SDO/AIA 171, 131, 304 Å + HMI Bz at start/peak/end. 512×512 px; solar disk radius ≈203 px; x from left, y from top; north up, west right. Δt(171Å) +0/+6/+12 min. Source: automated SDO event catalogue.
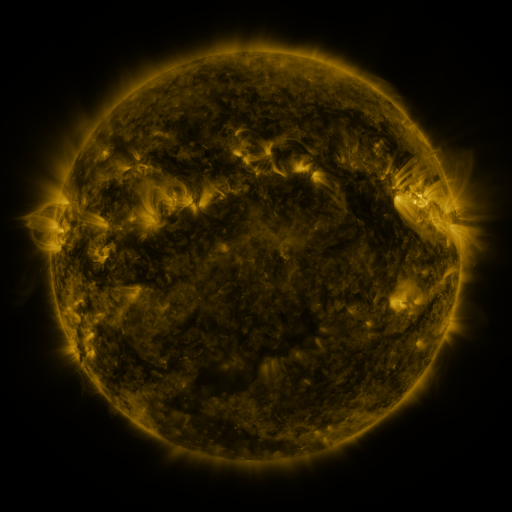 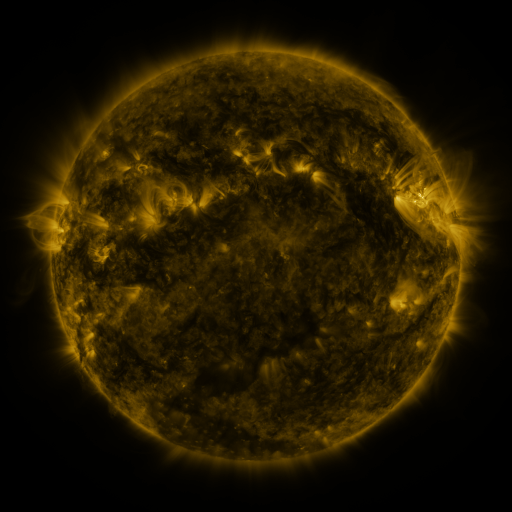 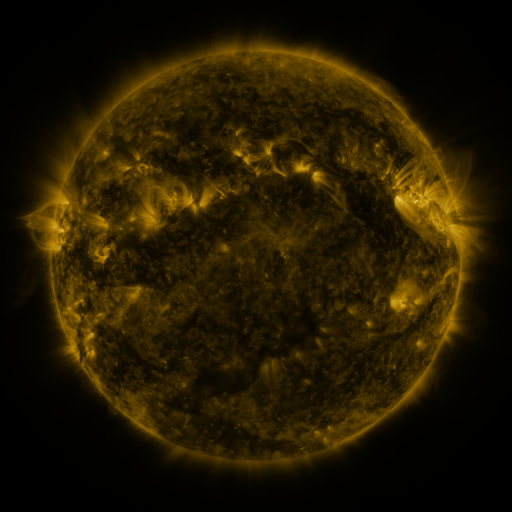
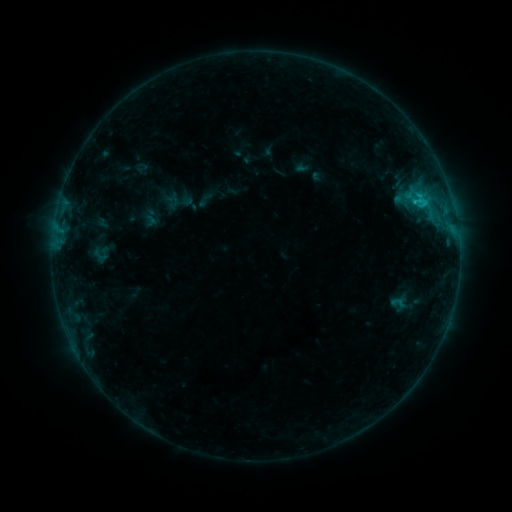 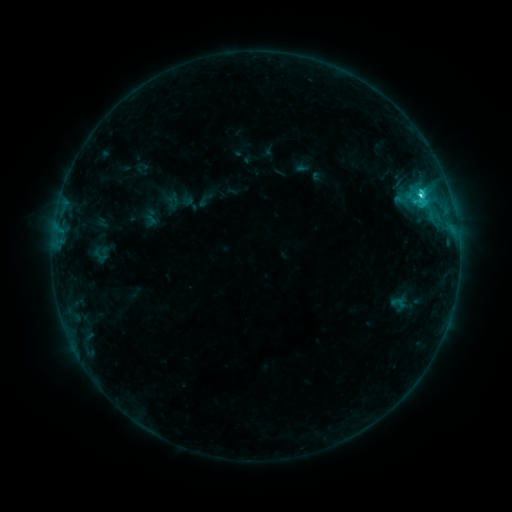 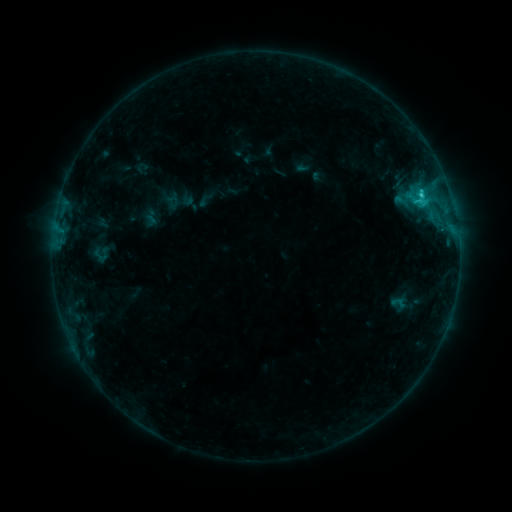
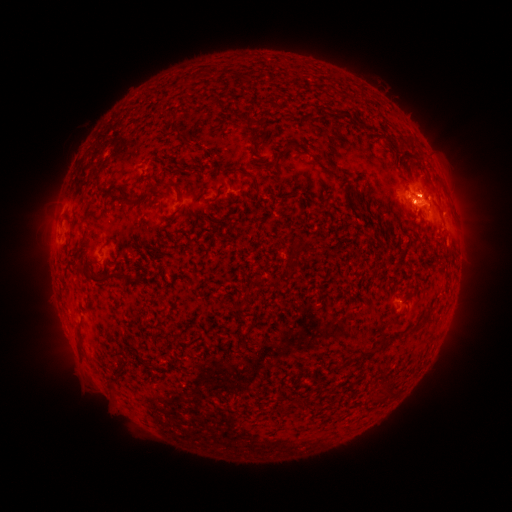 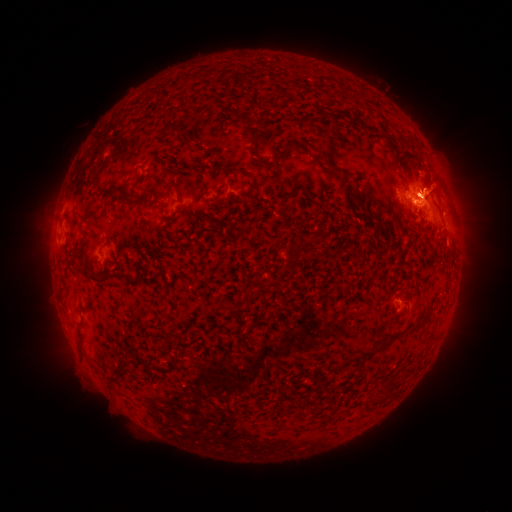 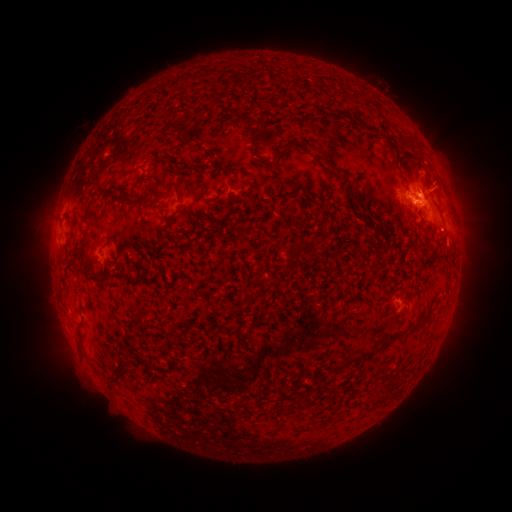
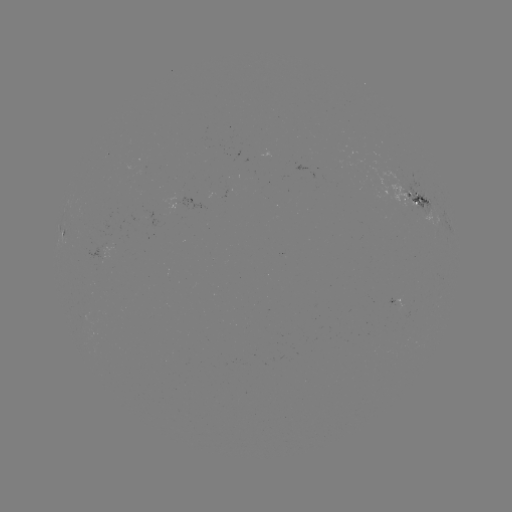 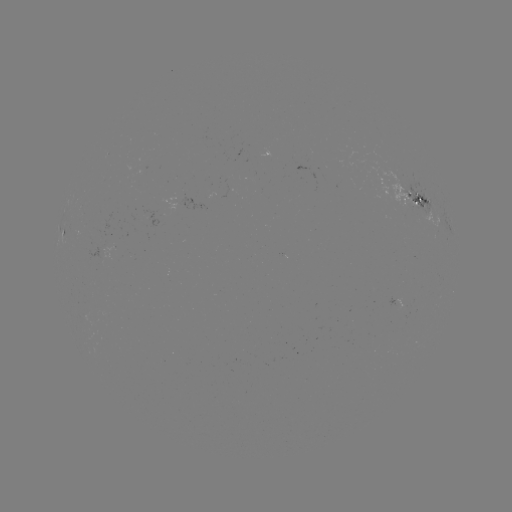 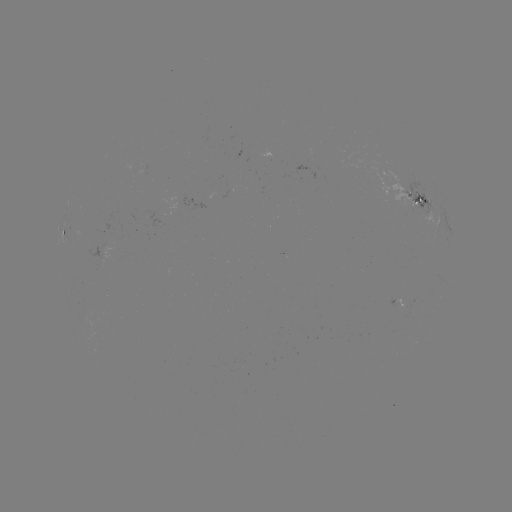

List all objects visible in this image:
C2.3 flare: (420, 197)
